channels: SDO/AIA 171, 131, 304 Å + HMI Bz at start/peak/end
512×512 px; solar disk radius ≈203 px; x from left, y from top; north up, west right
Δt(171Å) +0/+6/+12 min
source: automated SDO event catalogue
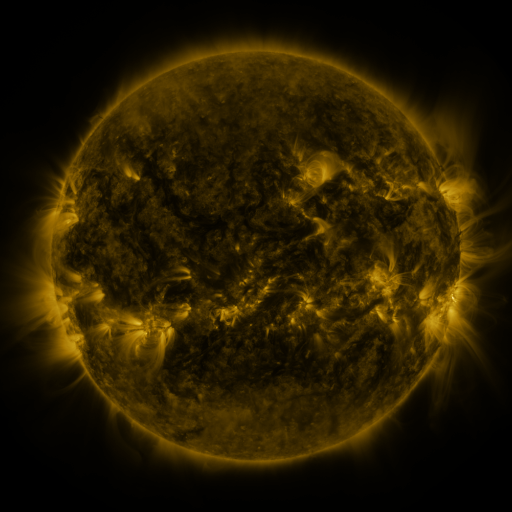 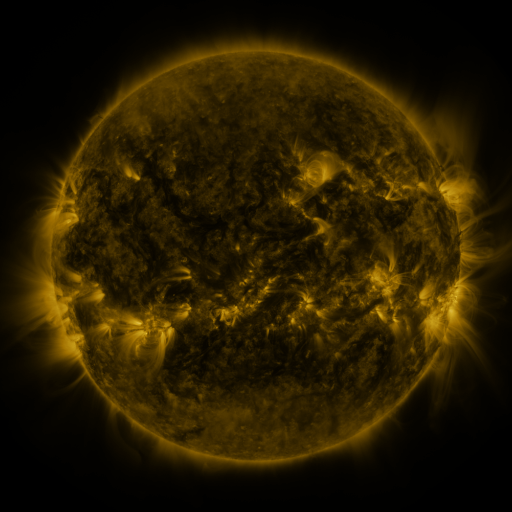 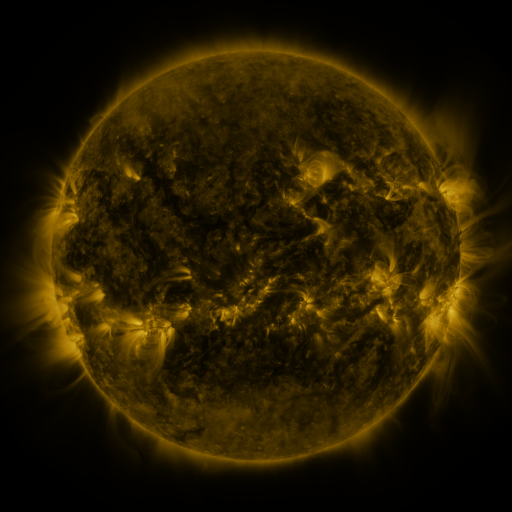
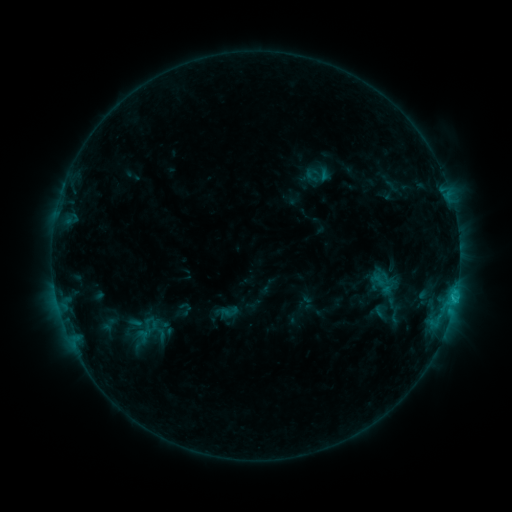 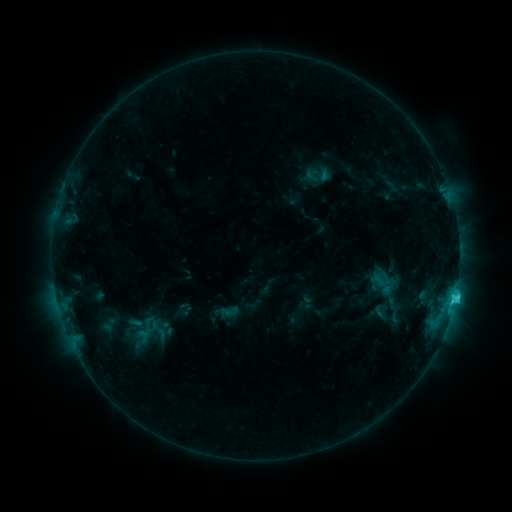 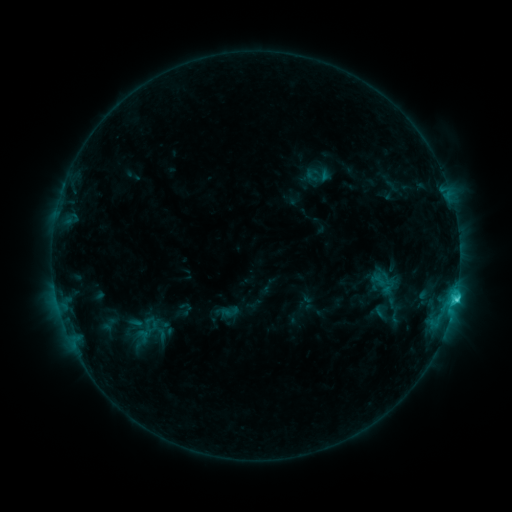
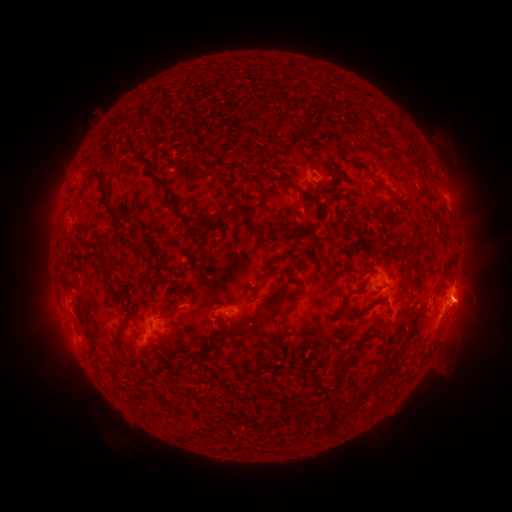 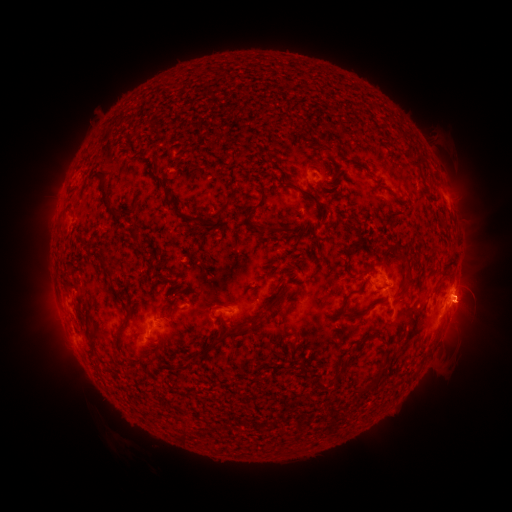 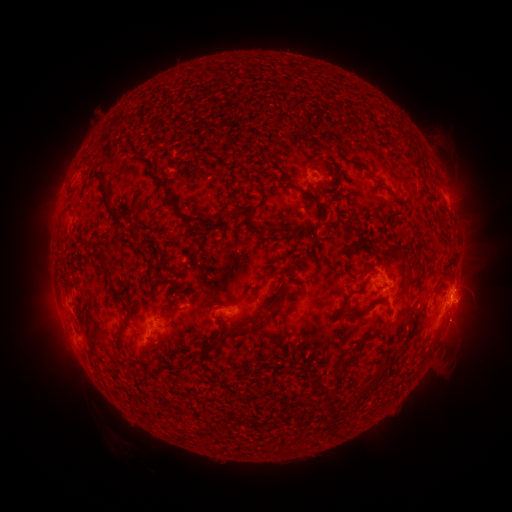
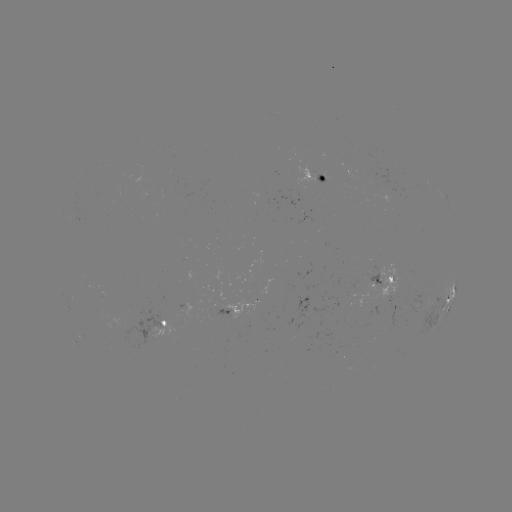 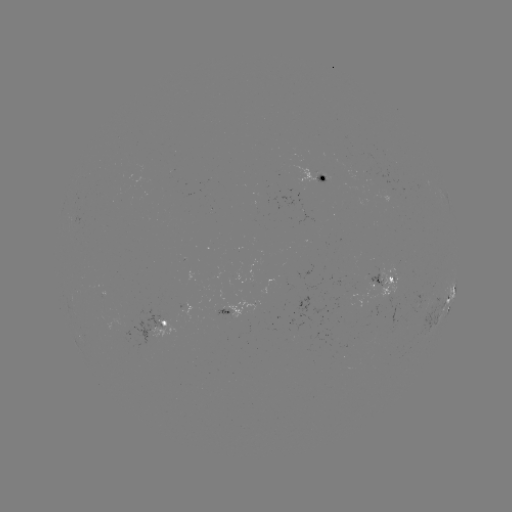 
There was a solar flare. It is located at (455, 294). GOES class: C2.3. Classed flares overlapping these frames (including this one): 1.